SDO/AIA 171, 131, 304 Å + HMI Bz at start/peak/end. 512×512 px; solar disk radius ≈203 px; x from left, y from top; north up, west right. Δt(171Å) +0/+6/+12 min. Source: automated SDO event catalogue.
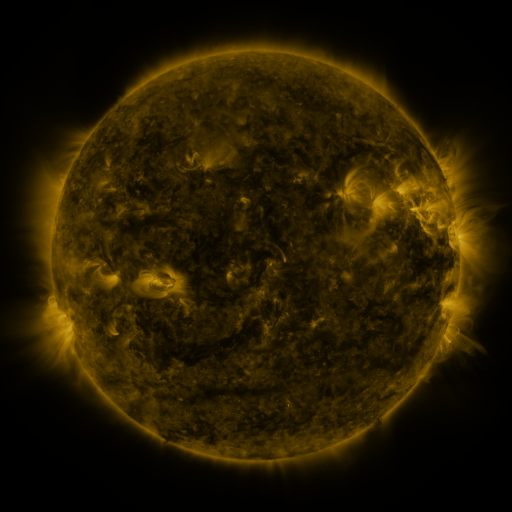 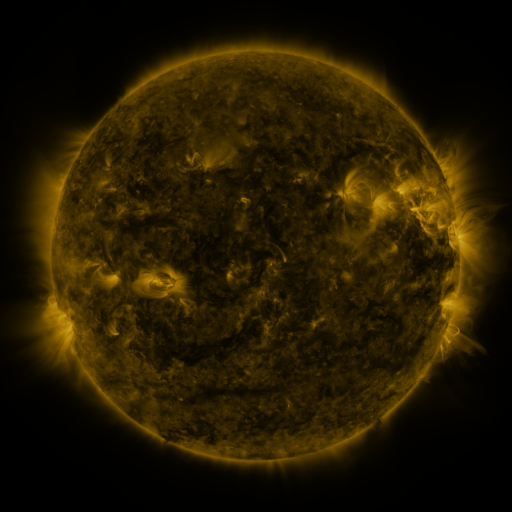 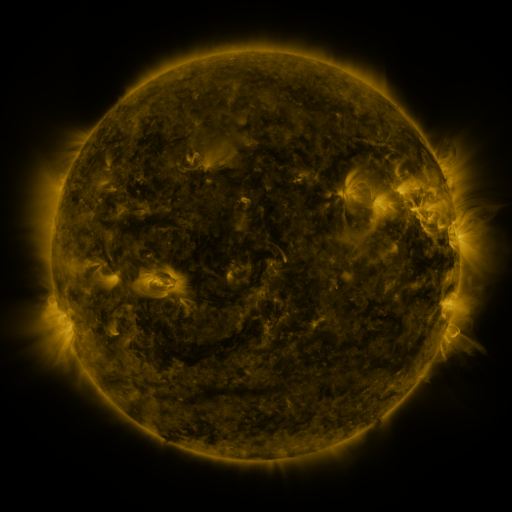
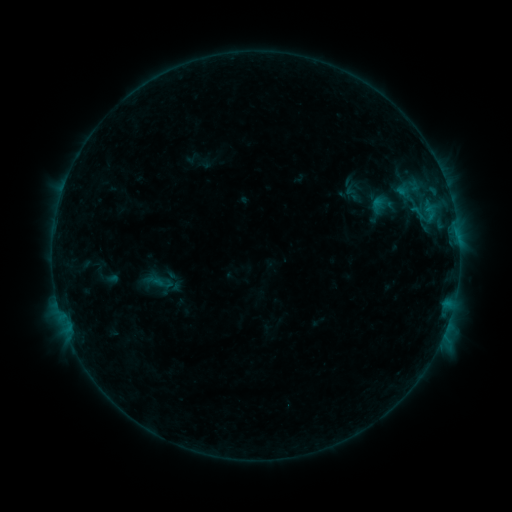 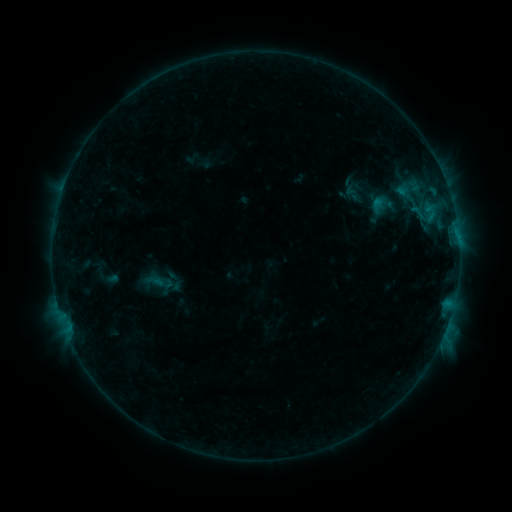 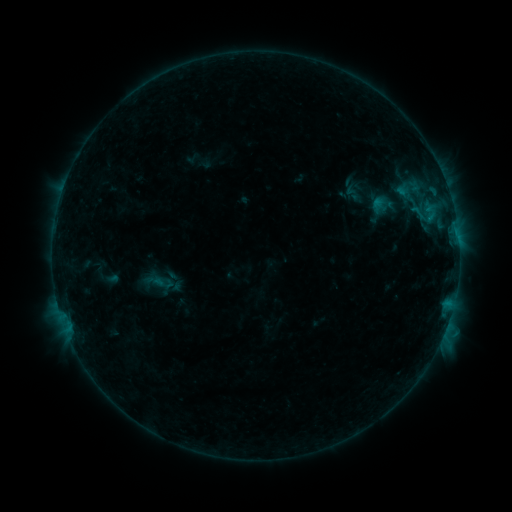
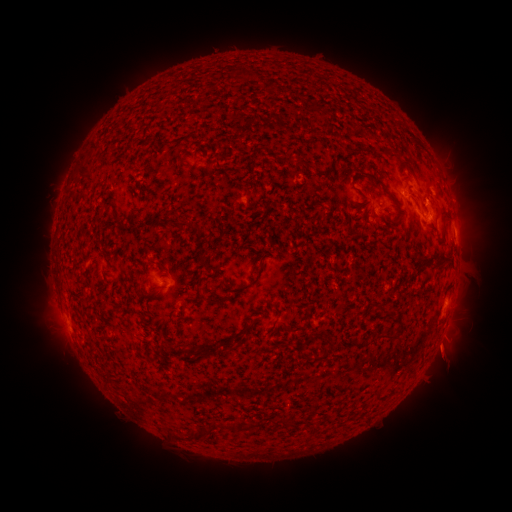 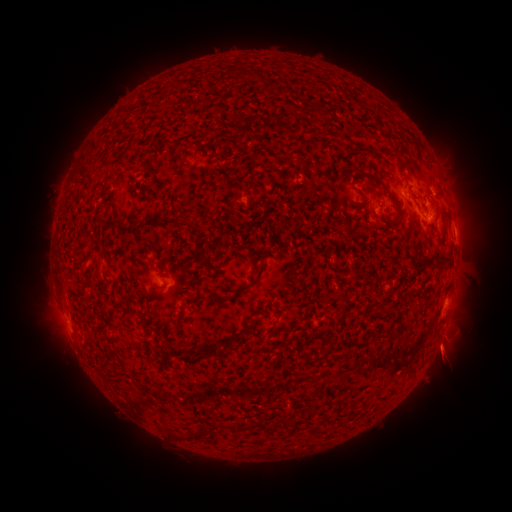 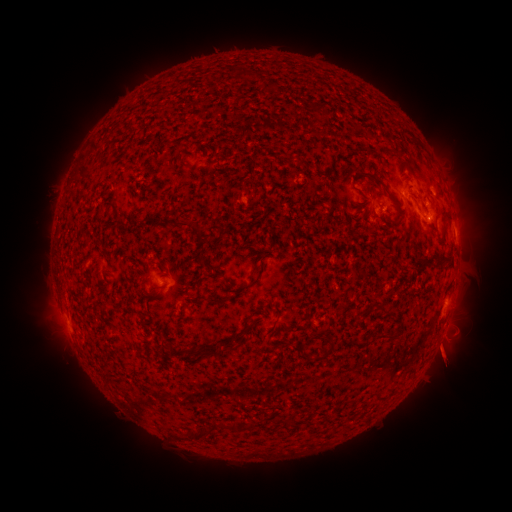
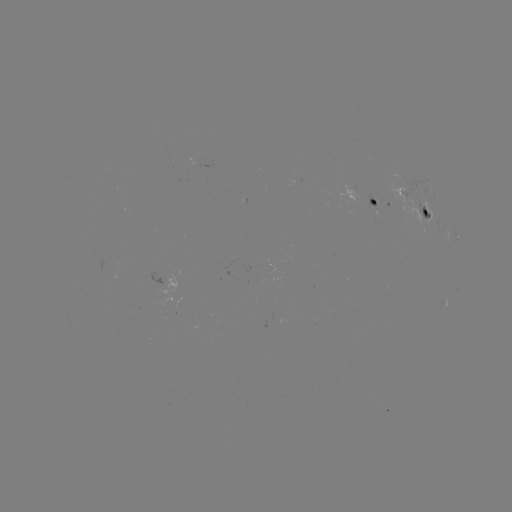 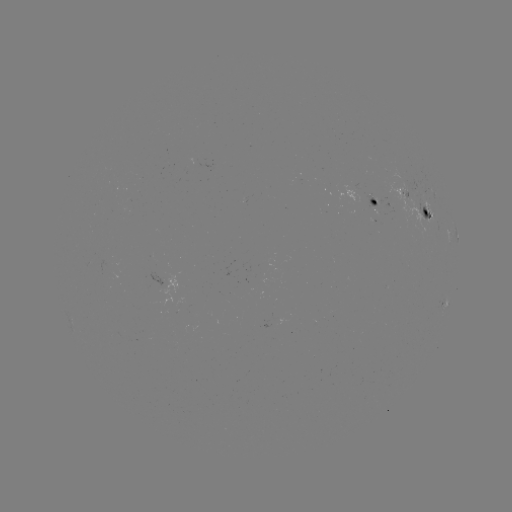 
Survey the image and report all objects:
eruption: (448, 362)
